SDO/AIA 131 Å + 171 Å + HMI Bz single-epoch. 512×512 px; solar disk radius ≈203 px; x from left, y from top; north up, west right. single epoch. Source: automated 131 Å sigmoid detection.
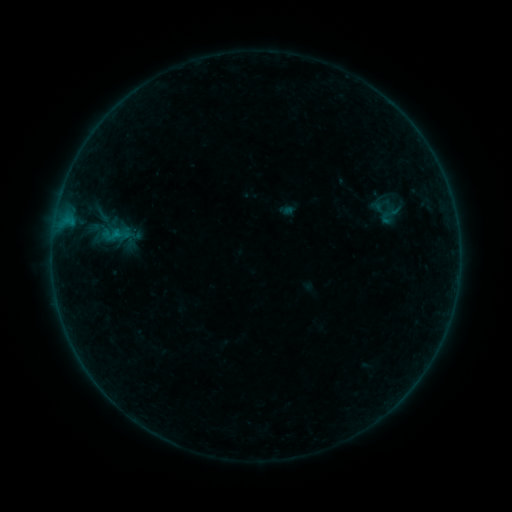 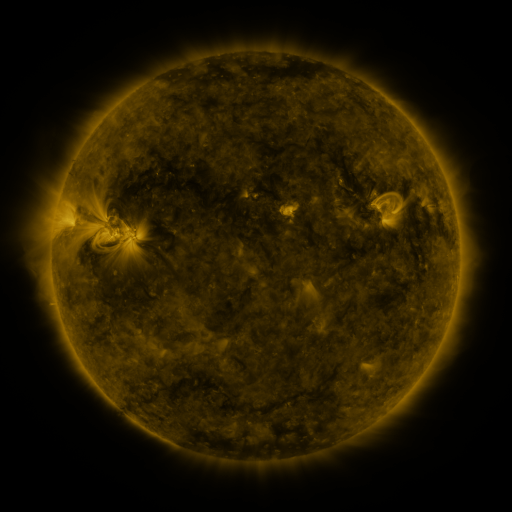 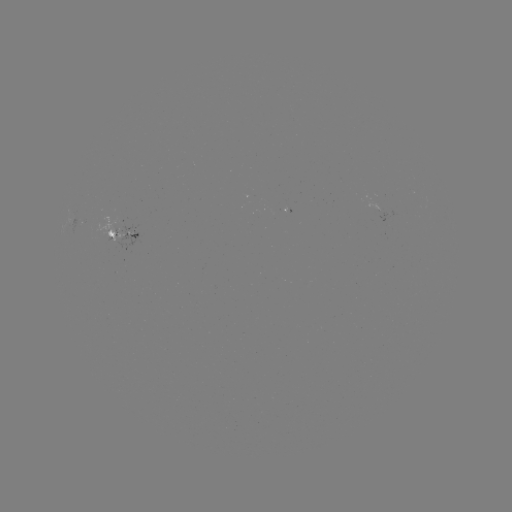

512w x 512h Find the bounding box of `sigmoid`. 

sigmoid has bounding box [375, 203, 405, 227].